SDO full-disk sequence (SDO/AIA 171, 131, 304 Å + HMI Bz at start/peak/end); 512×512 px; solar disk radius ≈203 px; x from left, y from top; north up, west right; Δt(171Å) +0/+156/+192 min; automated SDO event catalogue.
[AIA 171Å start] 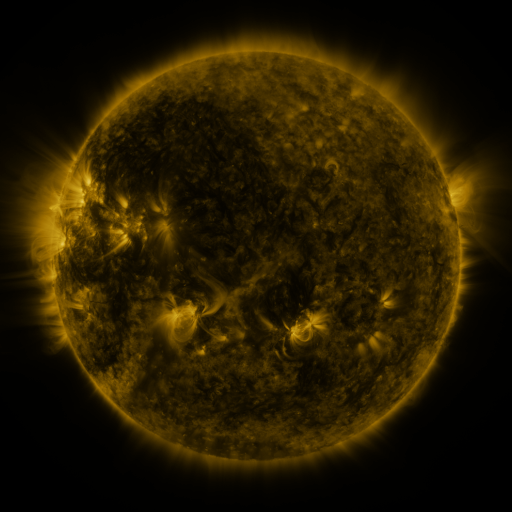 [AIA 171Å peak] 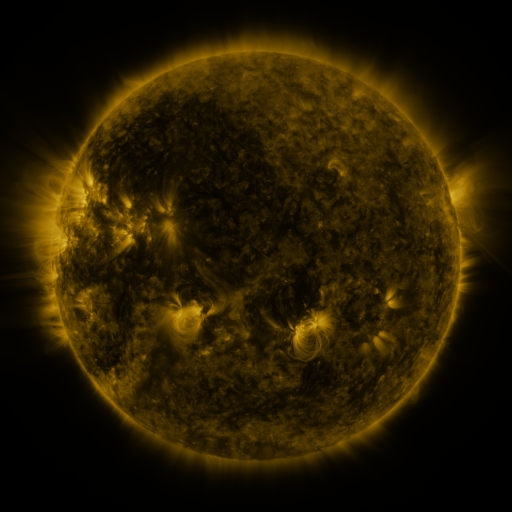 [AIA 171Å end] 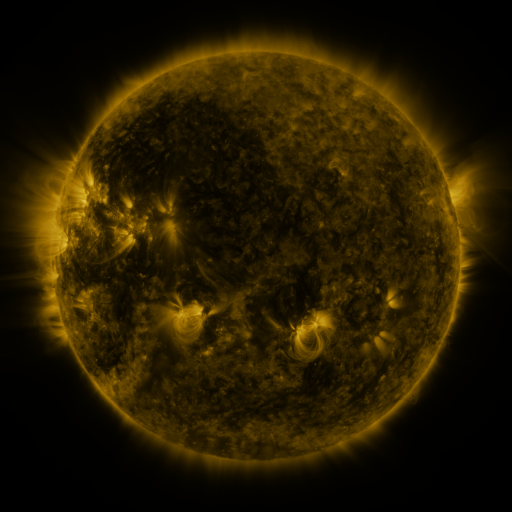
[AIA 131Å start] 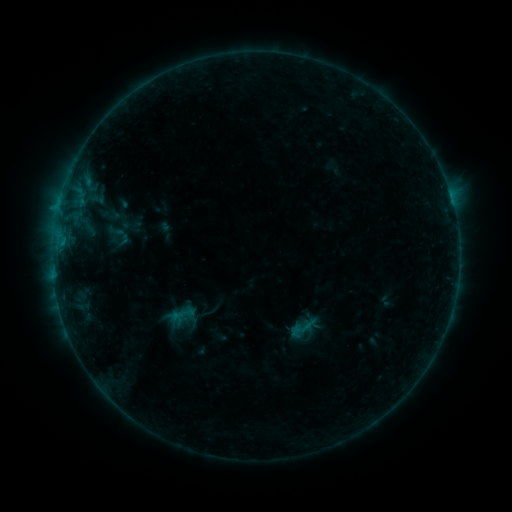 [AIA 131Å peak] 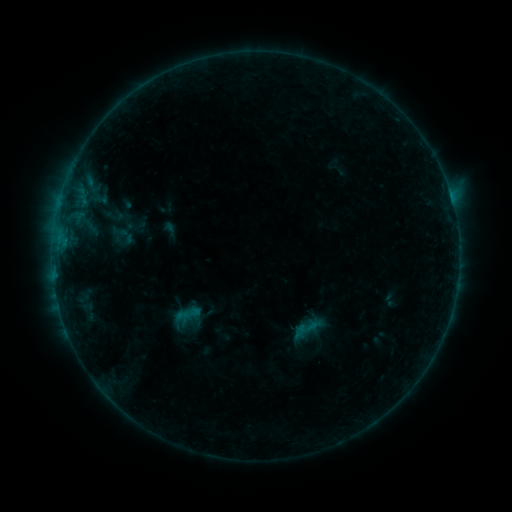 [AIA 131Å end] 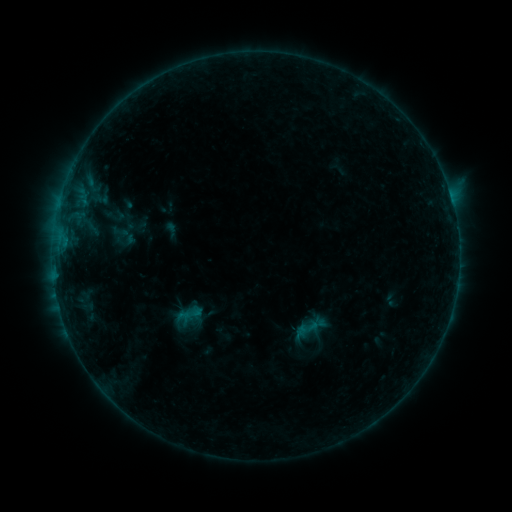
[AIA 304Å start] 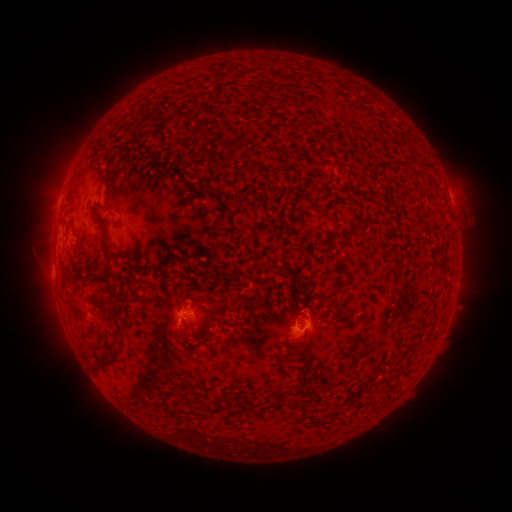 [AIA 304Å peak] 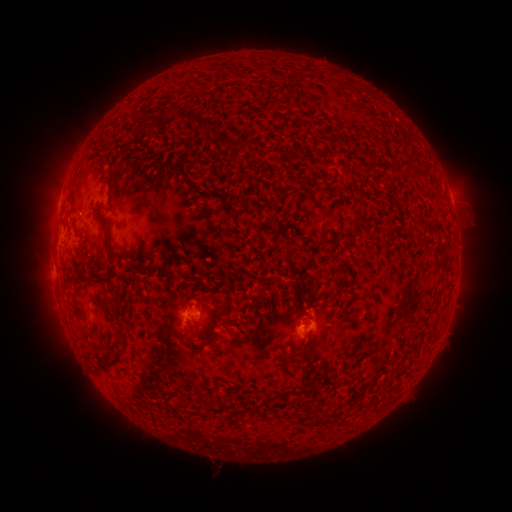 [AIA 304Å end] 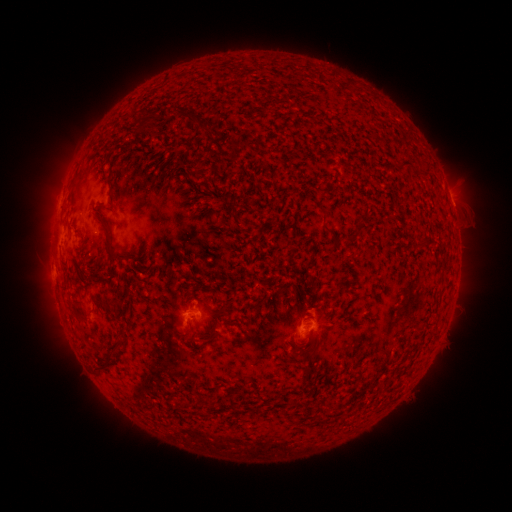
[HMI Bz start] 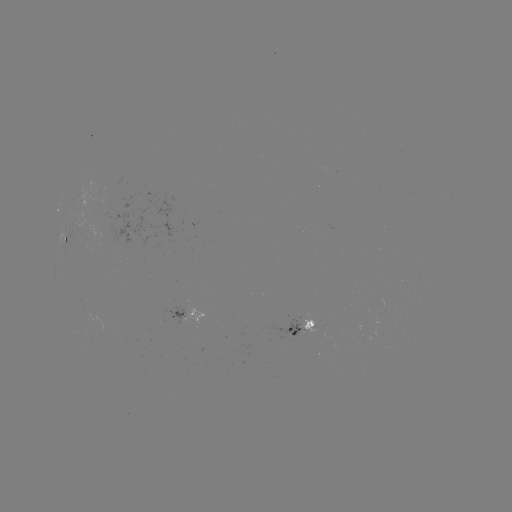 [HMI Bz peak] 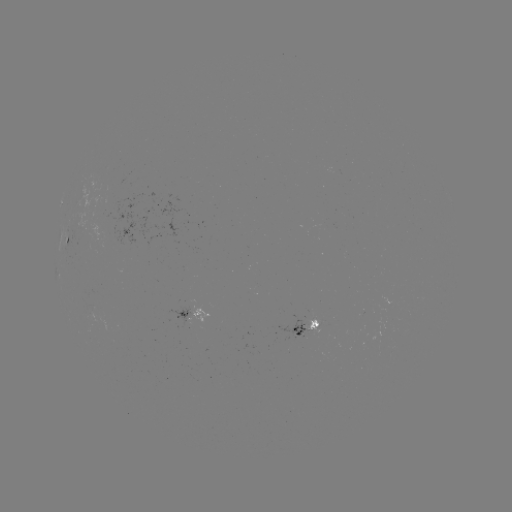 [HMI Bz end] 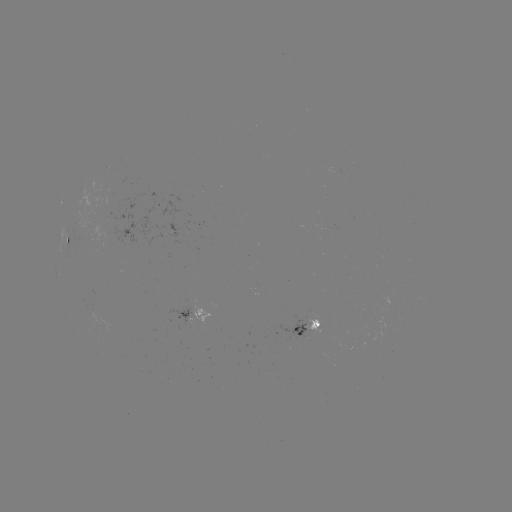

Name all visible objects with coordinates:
emerging-flux region: (309, 319)
